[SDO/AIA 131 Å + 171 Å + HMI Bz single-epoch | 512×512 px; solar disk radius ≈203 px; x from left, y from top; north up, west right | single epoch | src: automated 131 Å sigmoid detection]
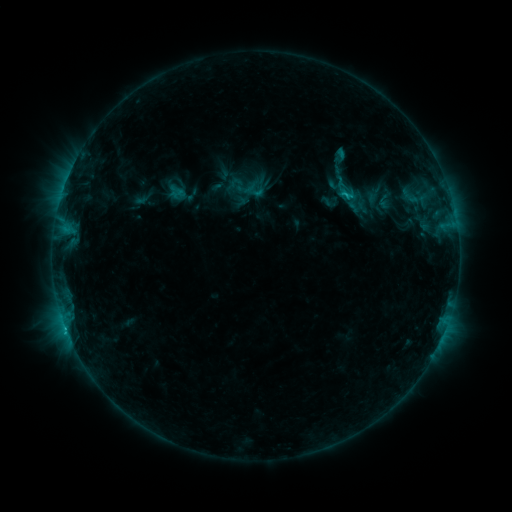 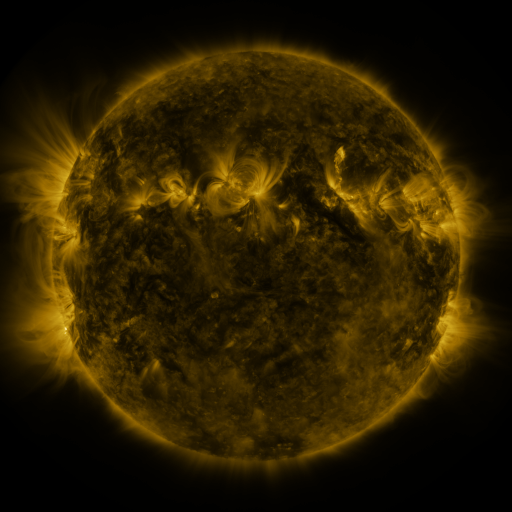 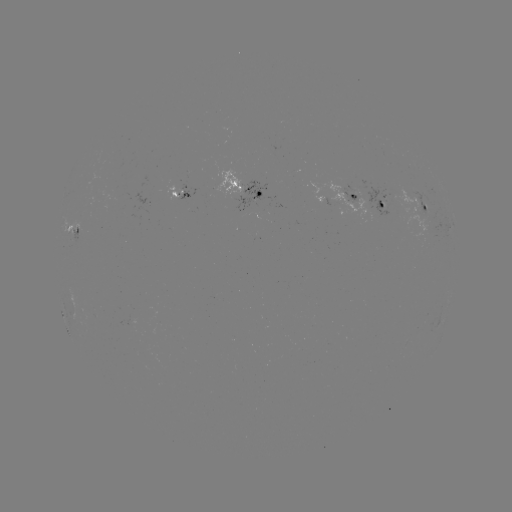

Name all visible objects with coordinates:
sigmoid: <bbox>325, 175, 365, 205</bbox>
